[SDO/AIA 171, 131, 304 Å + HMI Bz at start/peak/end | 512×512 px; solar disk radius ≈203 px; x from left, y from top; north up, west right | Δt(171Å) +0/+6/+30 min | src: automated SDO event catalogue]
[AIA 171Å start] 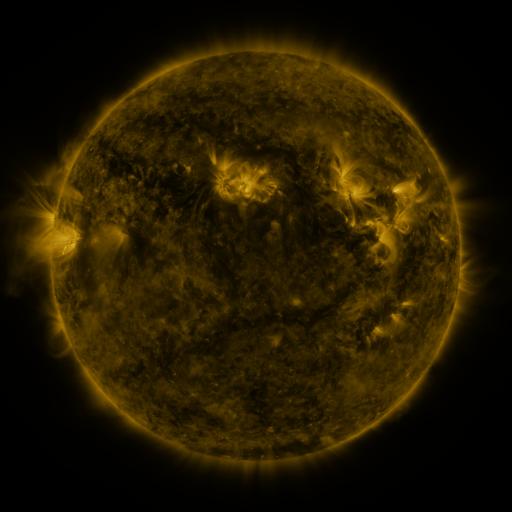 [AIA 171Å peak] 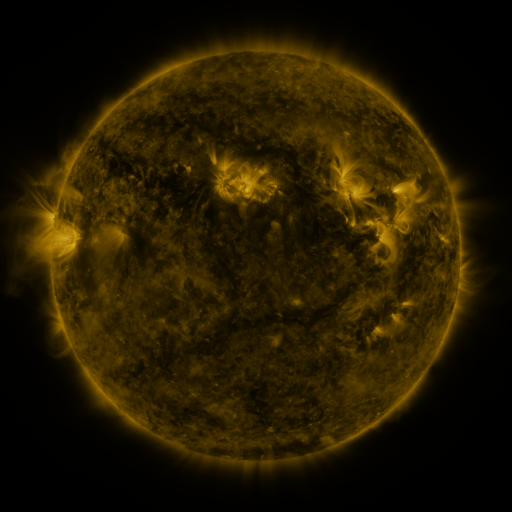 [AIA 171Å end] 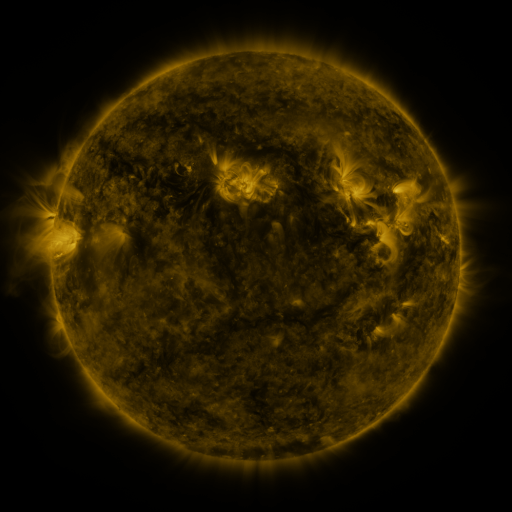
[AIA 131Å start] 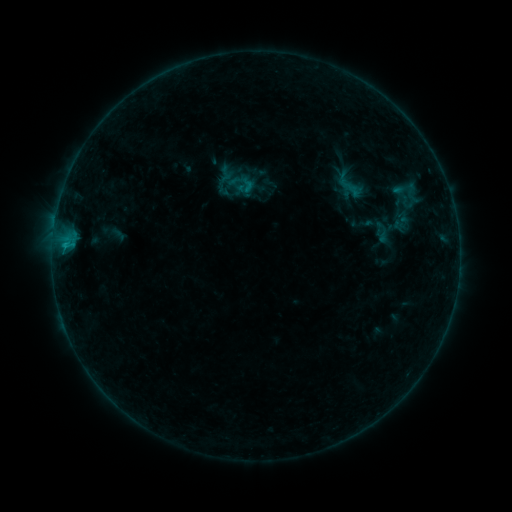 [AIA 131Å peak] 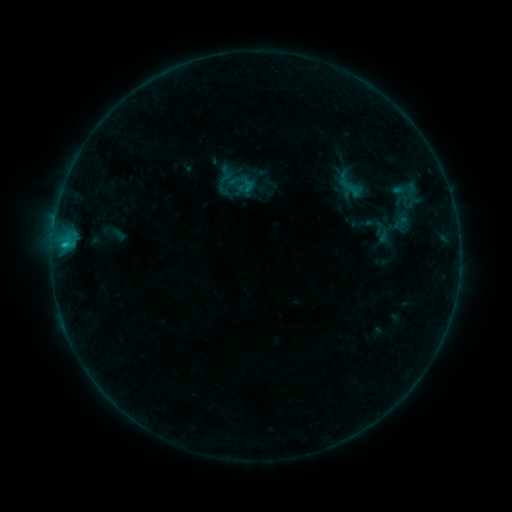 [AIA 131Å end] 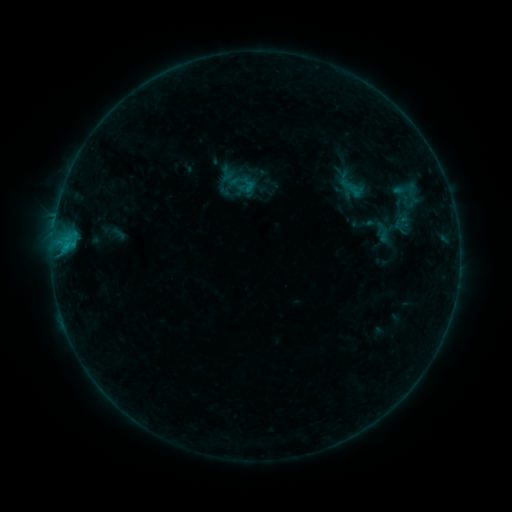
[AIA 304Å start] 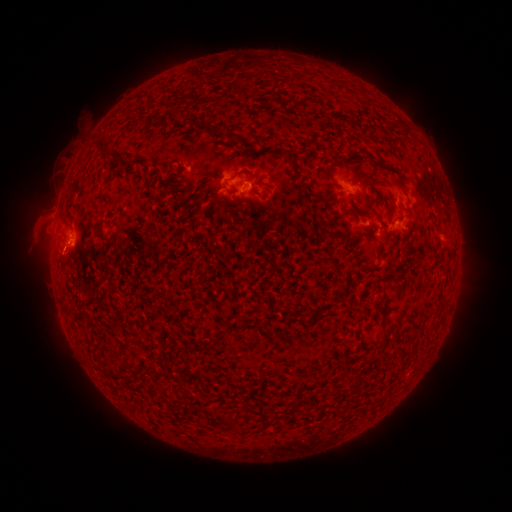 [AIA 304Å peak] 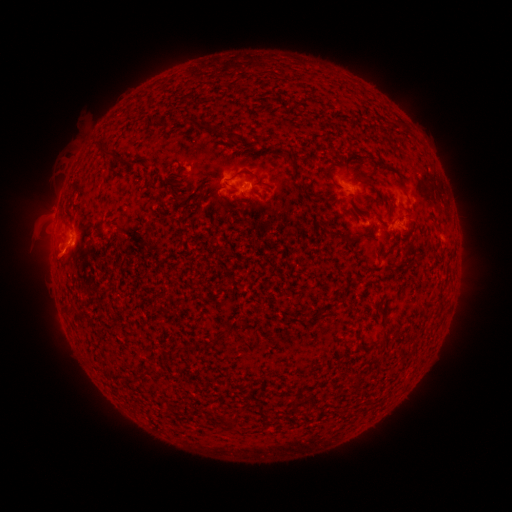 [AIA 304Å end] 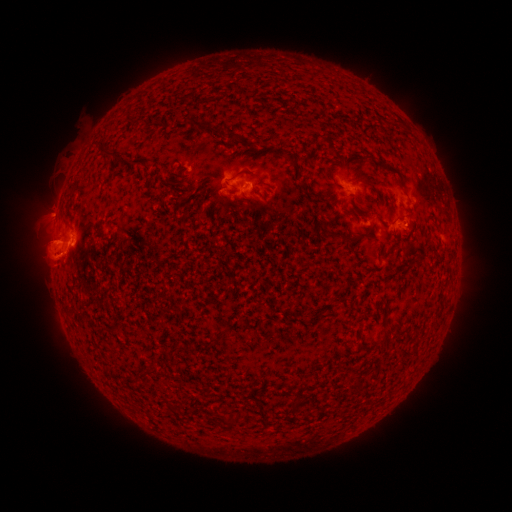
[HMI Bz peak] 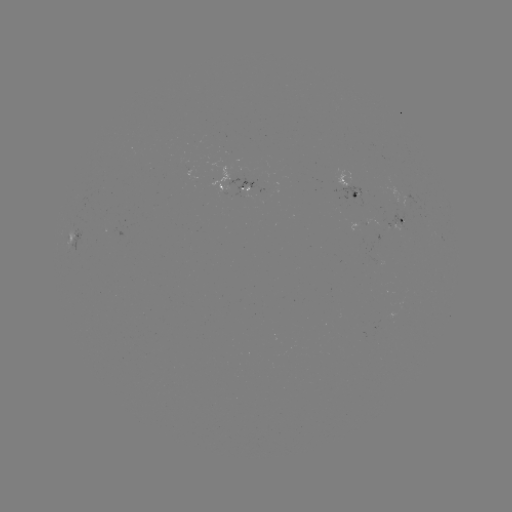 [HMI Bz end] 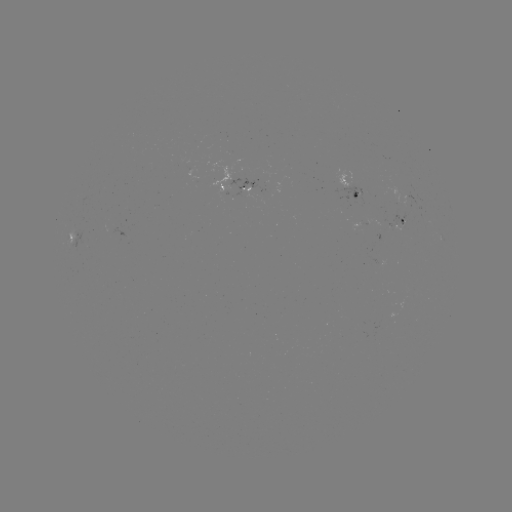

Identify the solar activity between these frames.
B6.2 flare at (67, 247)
